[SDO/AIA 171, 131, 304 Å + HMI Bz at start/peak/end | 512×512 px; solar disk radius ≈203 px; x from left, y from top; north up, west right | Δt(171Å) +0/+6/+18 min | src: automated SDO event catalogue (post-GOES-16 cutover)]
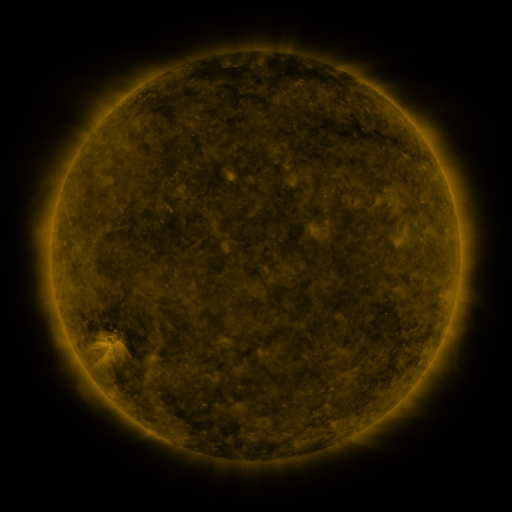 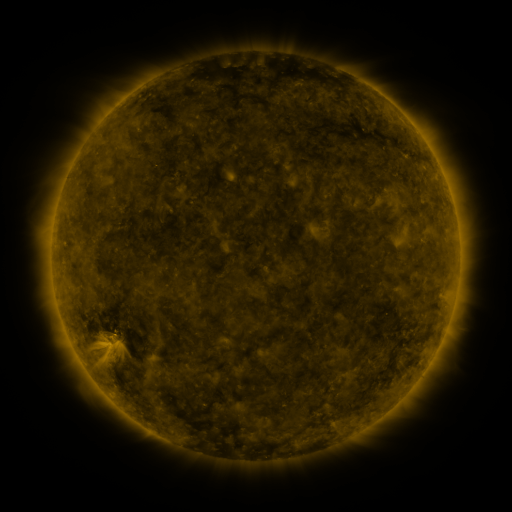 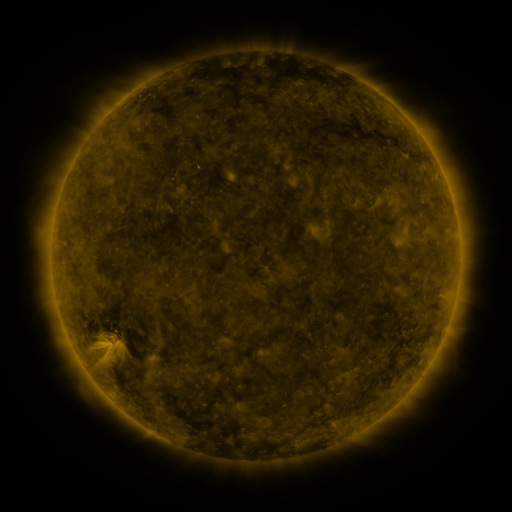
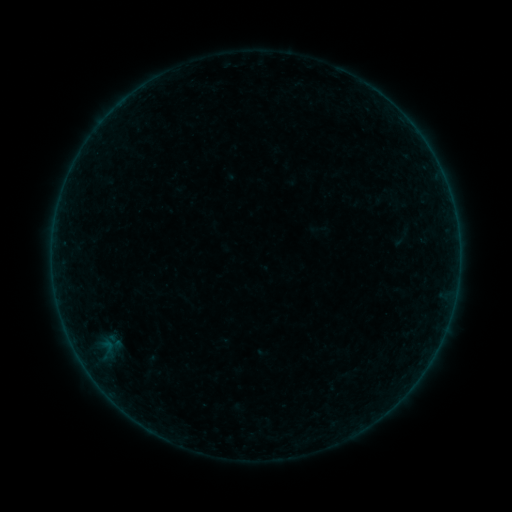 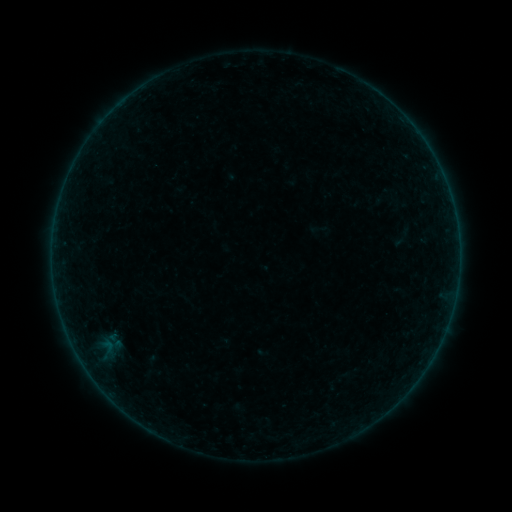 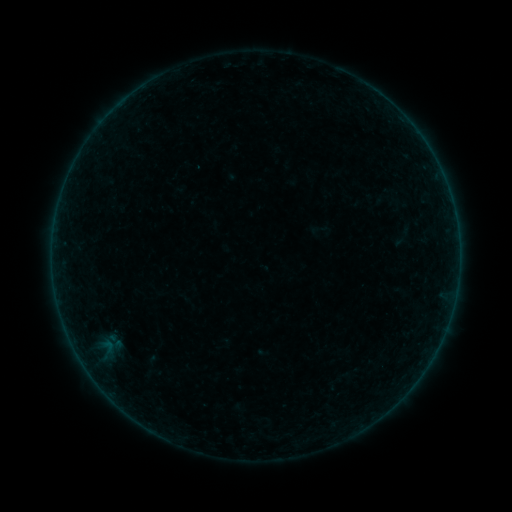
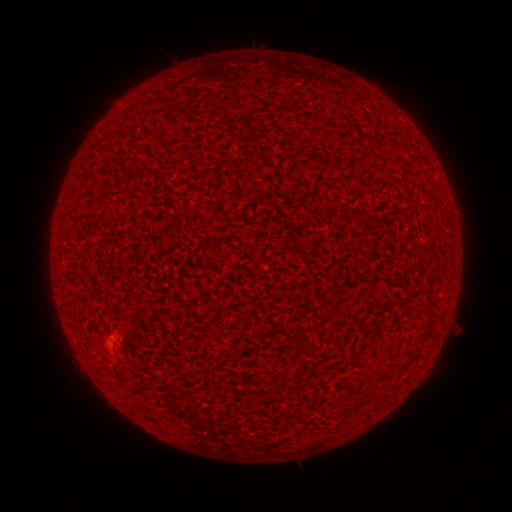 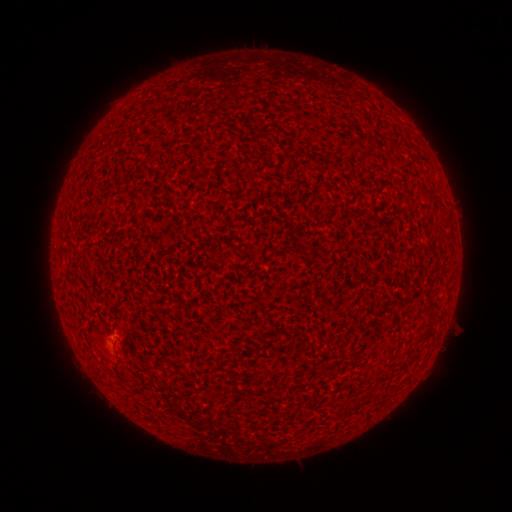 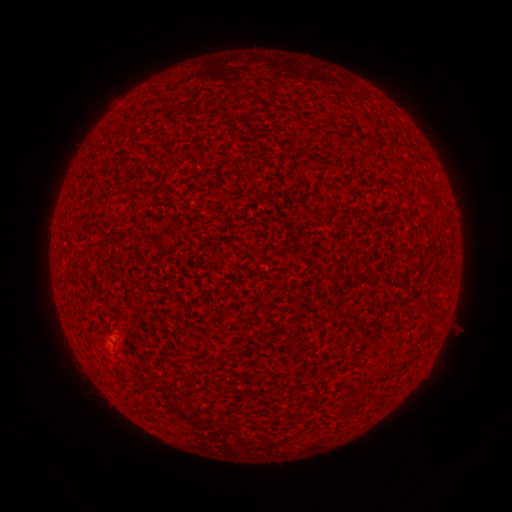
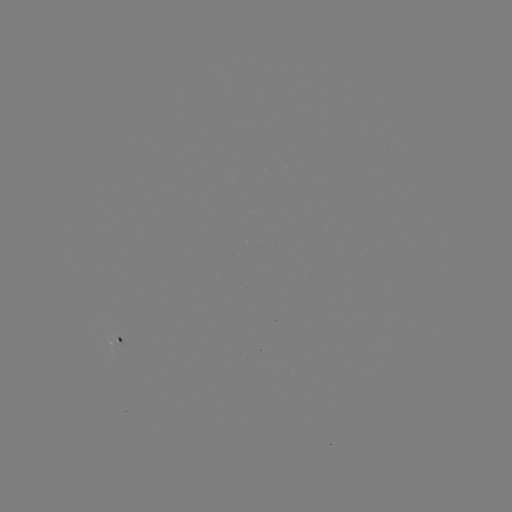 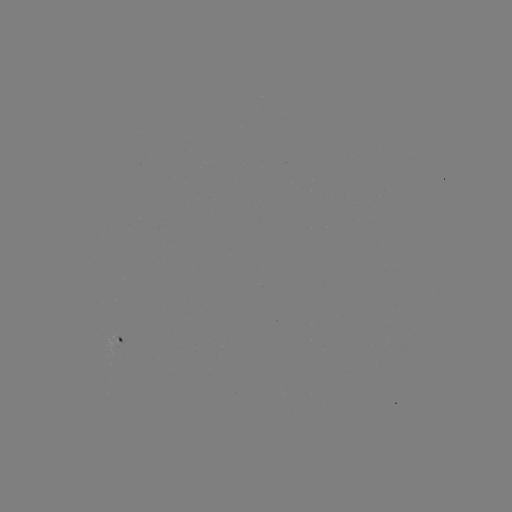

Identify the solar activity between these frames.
A2.0 flare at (112, 333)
